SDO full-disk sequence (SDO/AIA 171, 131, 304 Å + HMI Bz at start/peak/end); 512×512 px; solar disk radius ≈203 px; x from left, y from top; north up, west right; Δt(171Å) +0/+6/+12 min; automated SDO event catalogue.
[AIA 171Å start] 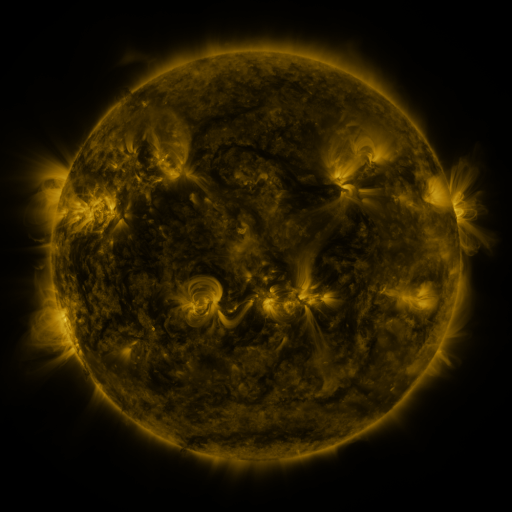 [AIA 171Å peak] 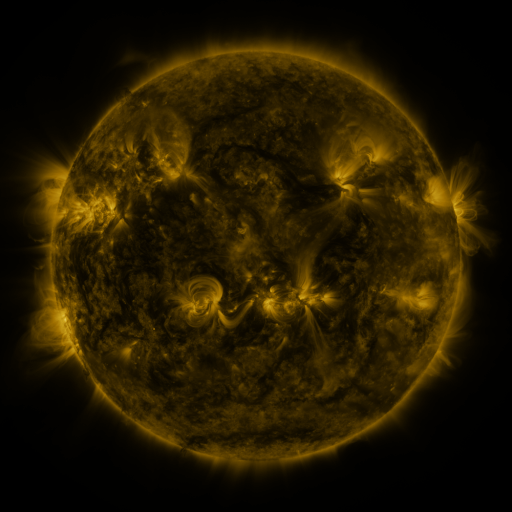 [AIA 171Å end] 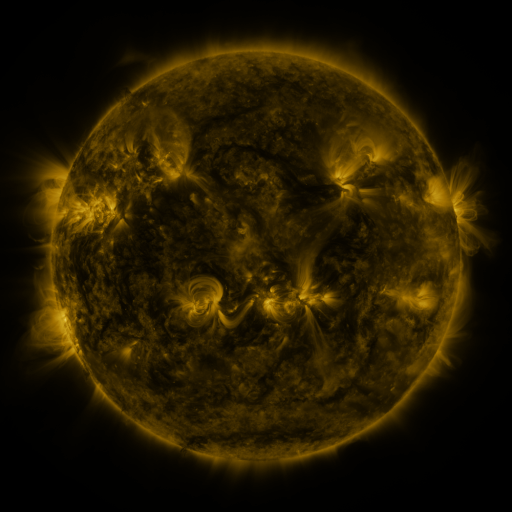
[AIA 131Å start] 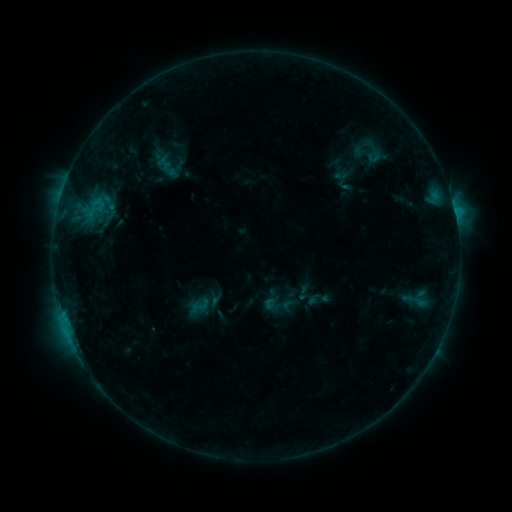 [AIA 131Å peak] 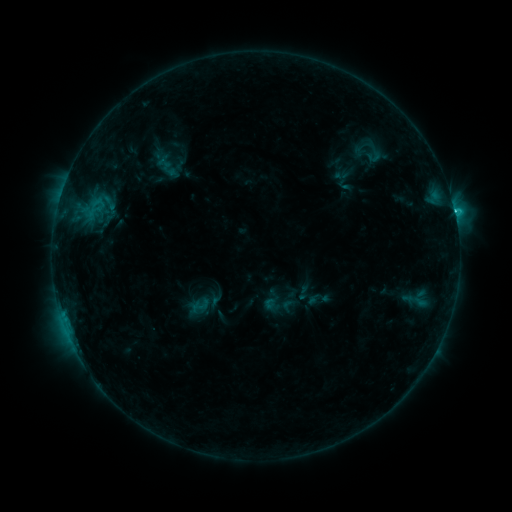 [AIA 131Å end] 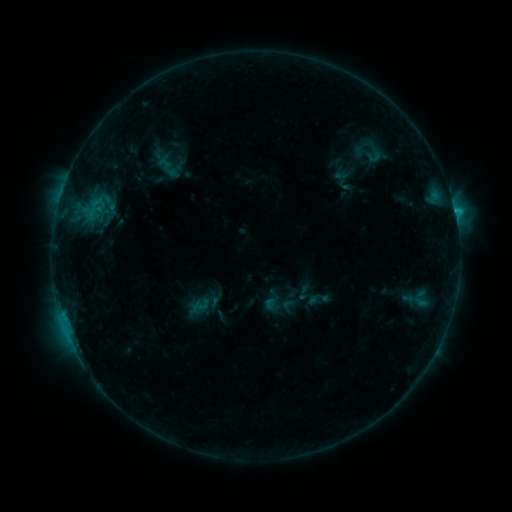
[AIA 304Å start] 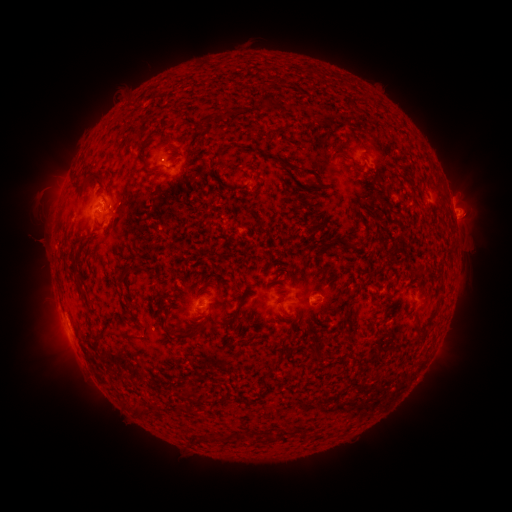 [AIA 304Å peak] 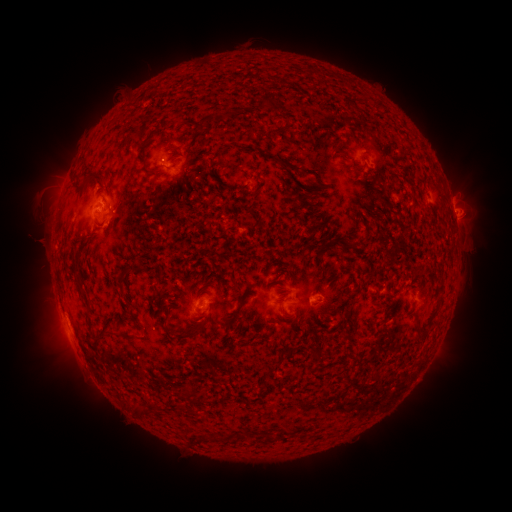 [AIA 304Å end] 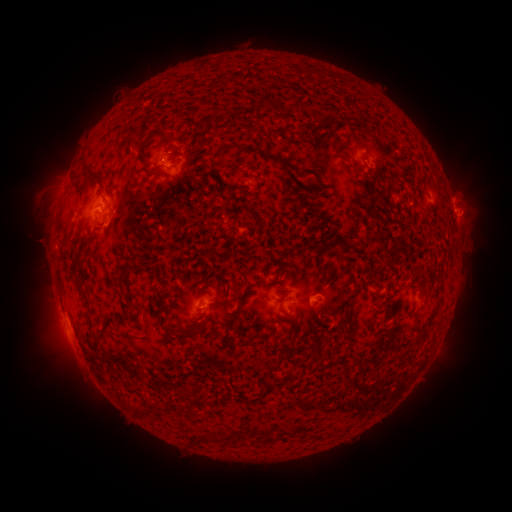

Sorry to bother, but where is C1.3 flare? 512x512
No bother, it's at [454, 213].